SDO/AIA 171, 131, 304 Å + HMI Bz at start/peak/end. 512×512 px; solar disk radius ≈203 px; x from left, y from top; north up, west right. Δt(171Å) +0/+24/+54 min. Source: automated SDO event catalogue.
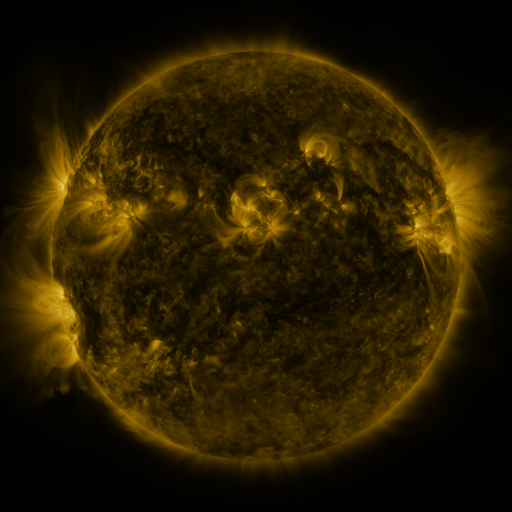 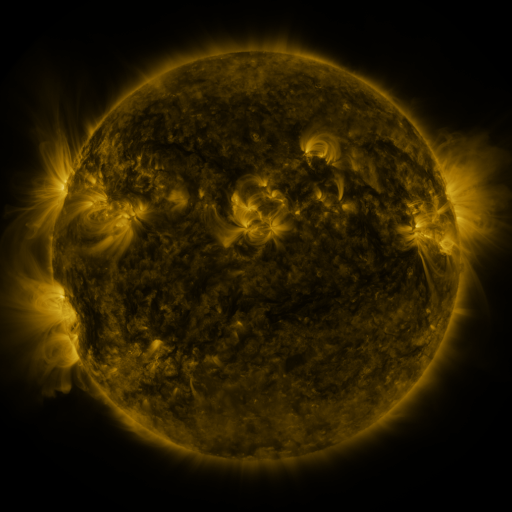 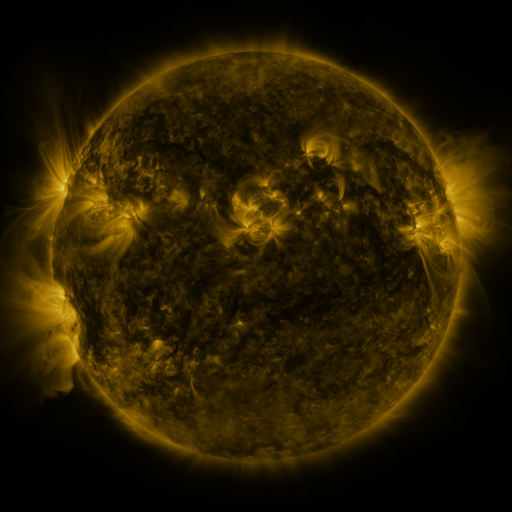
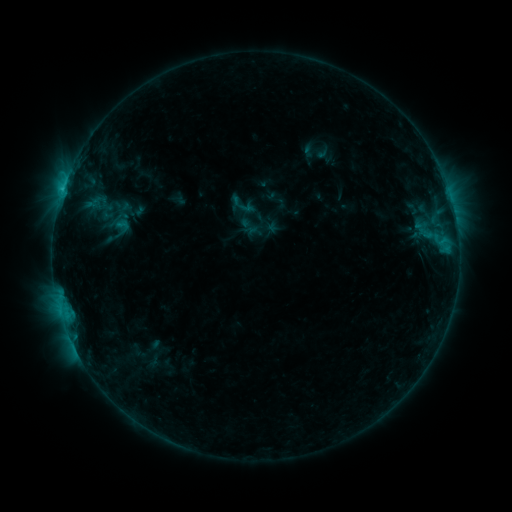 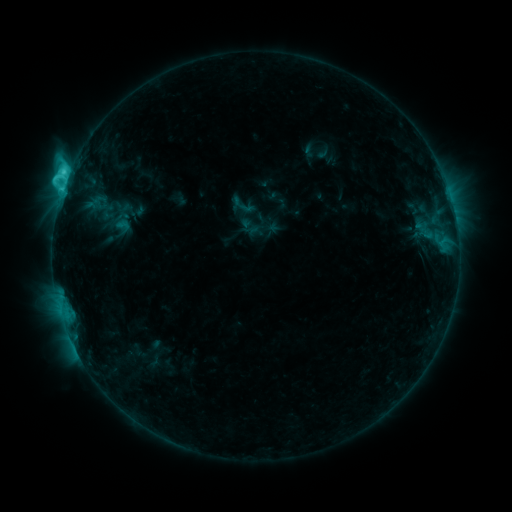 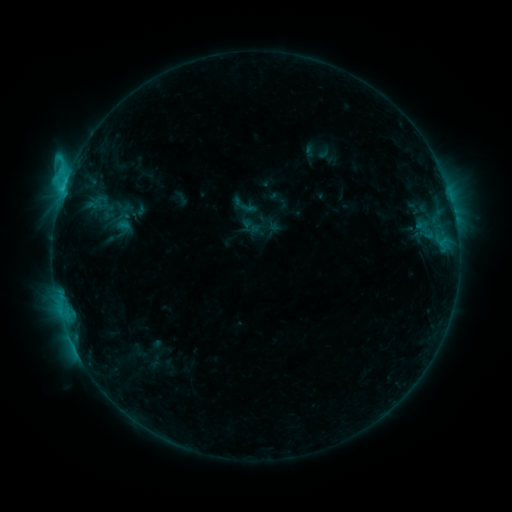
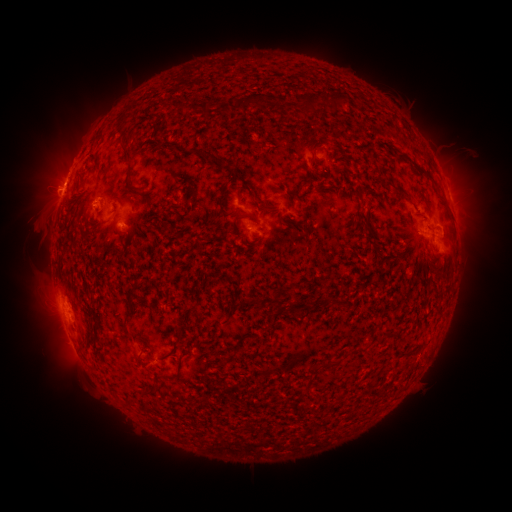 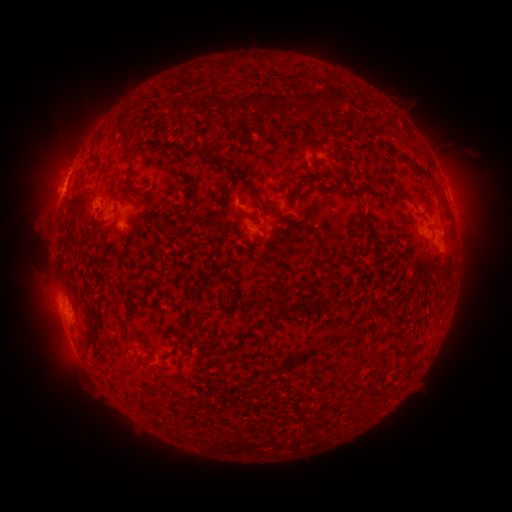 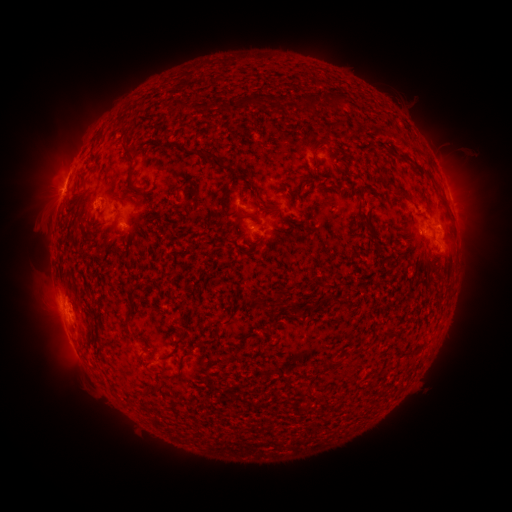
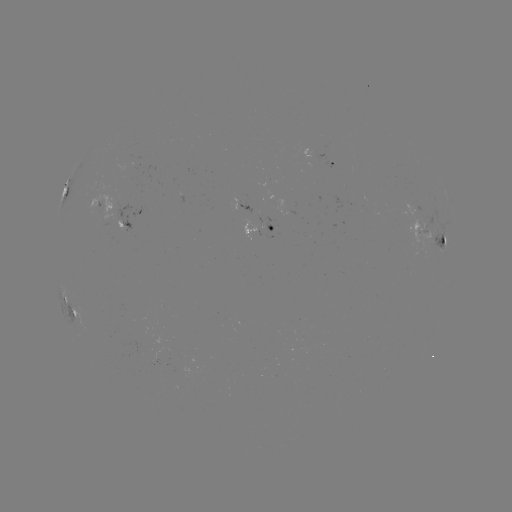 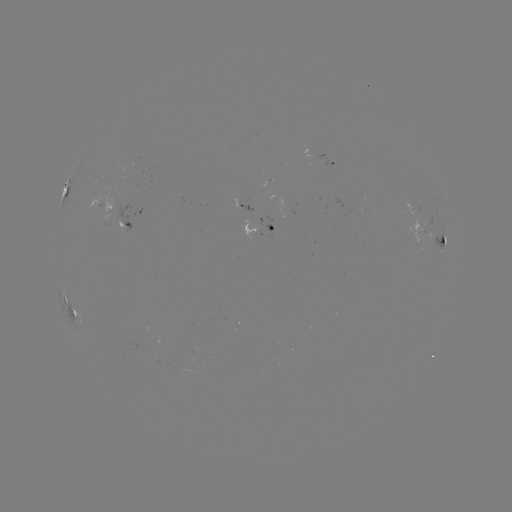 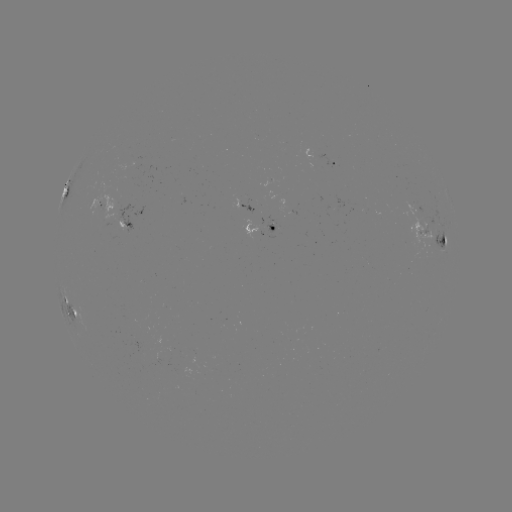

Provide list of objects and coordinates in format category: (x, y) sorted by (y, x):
C4.7 flare: (69, 177)
